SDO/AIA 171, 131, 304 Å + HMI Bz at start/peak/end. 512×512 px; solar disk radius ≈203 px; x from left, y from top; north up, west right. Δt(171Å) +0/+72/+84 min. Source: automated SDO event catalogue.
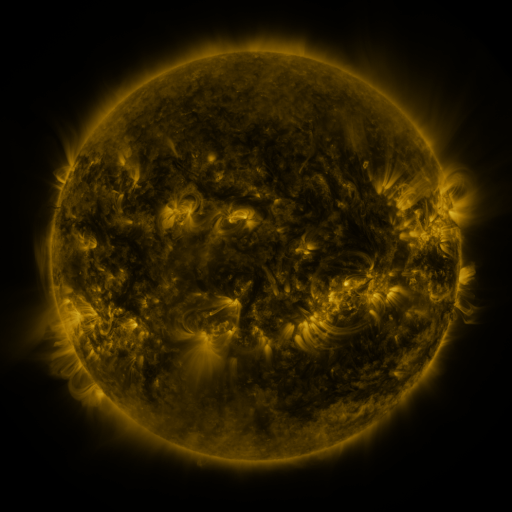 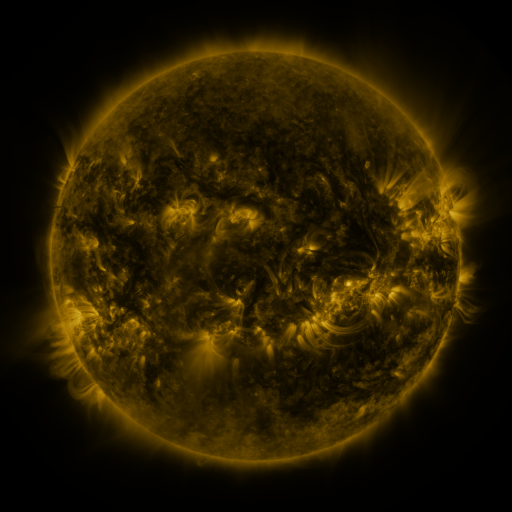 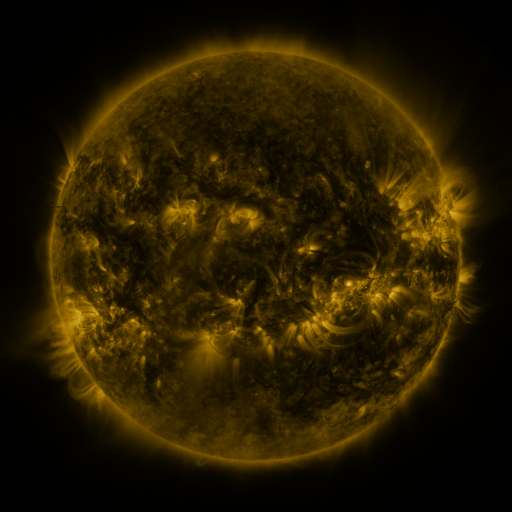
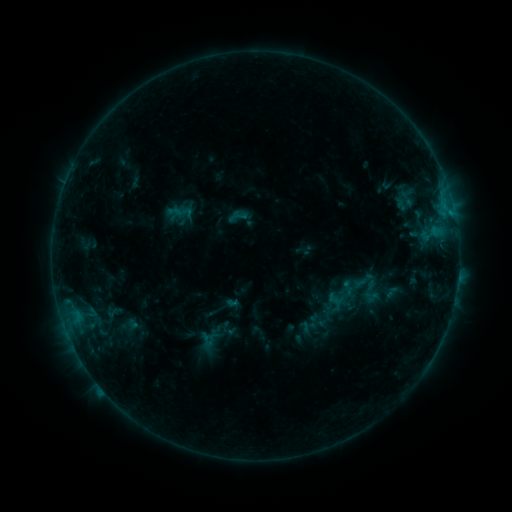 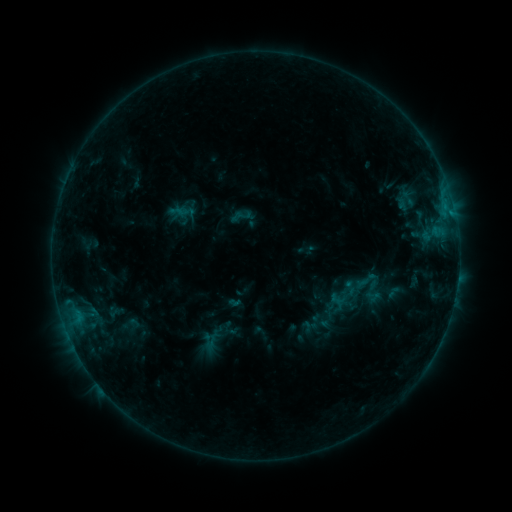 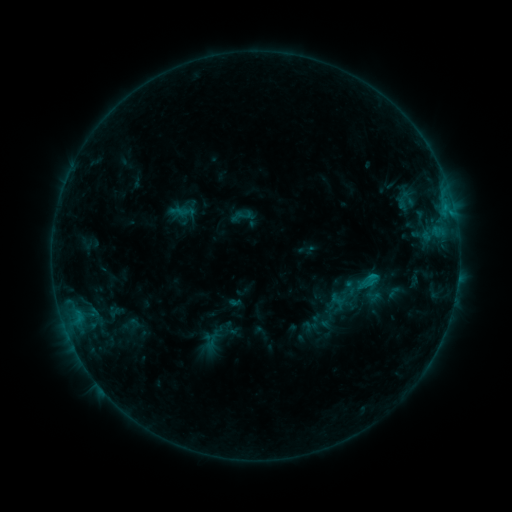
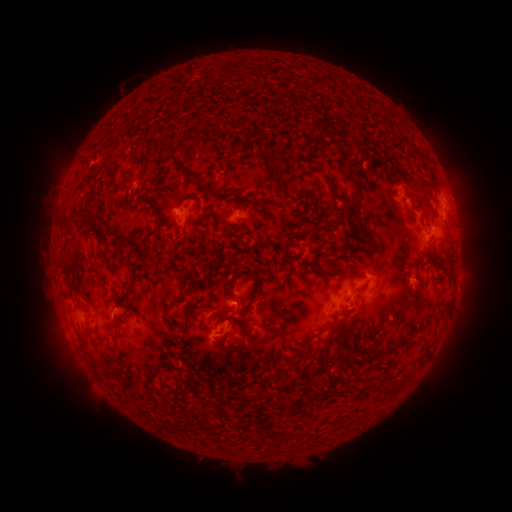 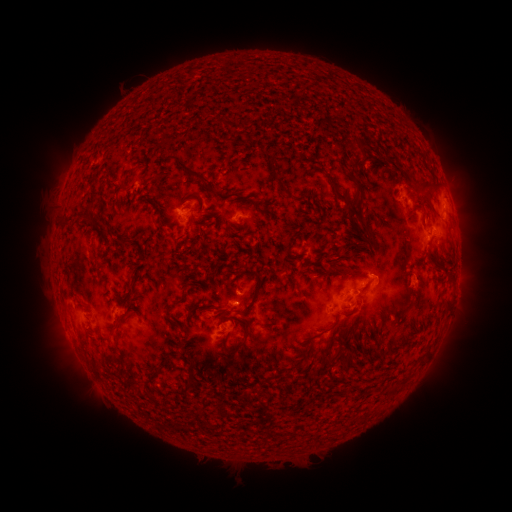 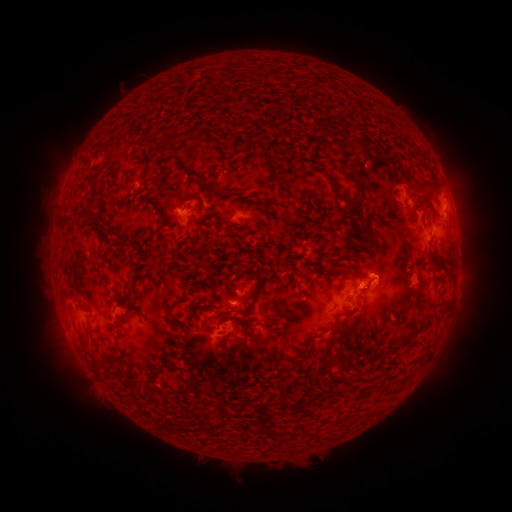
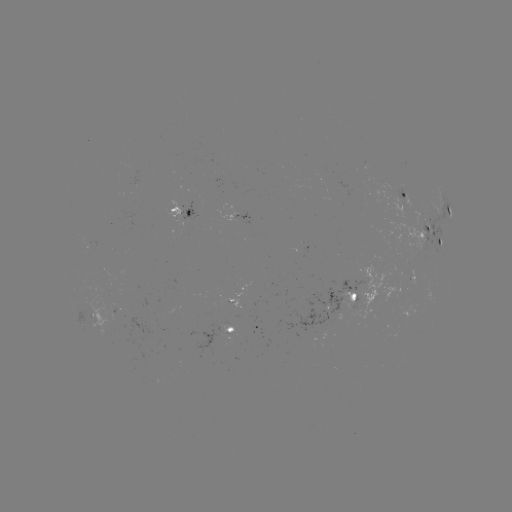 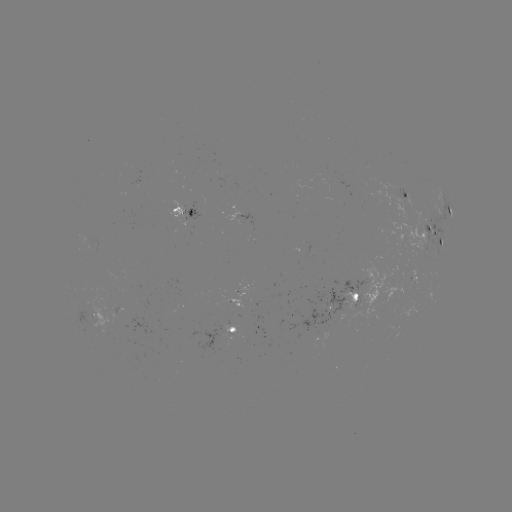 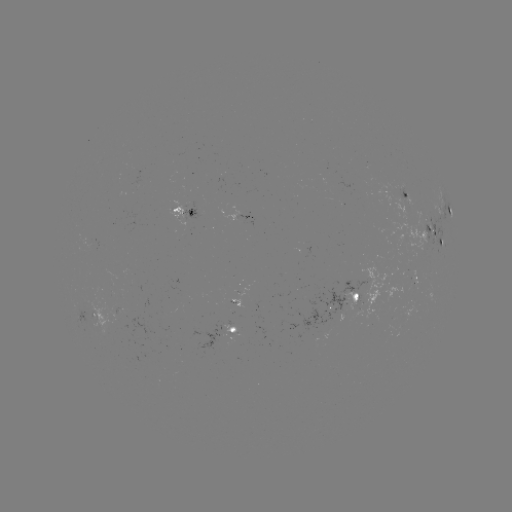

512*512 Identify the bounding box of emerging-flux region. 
[79, 297, 133, 331].